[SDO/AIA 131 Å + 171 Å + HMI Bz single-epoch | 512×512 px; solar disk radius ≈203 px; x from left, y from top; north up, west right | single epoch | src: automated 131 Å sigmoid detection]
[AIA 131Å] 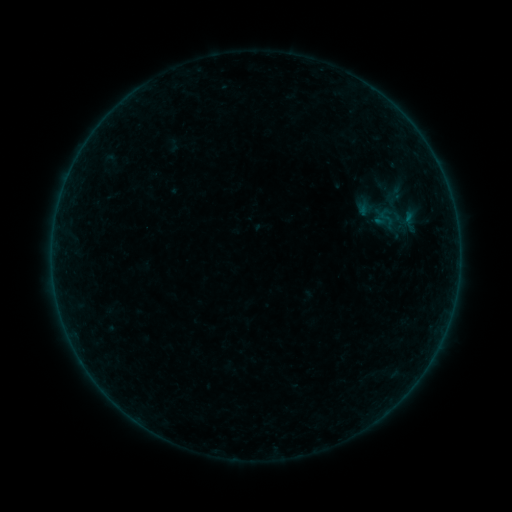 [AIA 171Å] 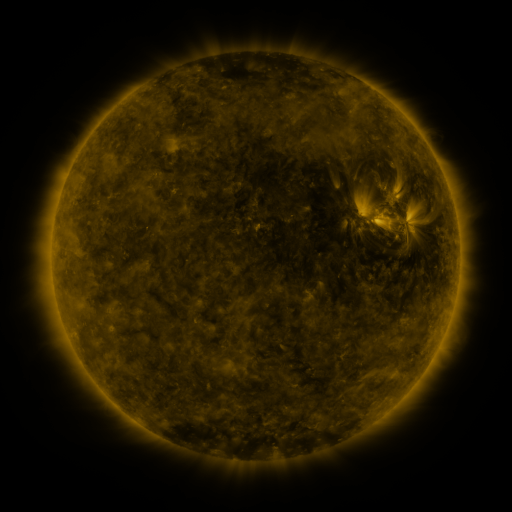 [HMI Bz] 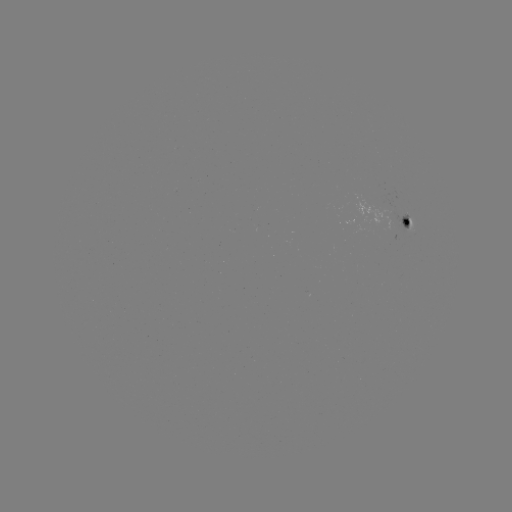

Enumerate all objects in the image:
sigmoid: [375, 206, 396, 228]
